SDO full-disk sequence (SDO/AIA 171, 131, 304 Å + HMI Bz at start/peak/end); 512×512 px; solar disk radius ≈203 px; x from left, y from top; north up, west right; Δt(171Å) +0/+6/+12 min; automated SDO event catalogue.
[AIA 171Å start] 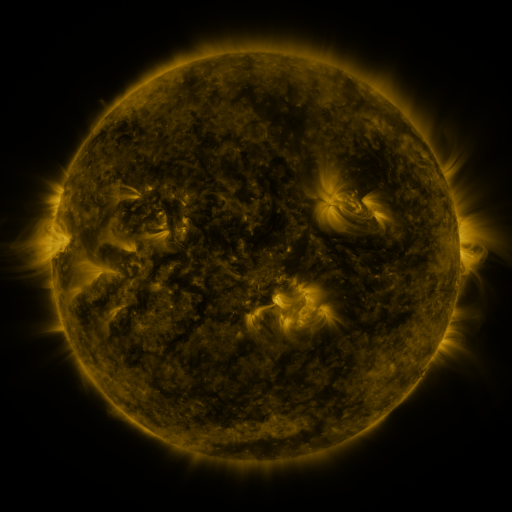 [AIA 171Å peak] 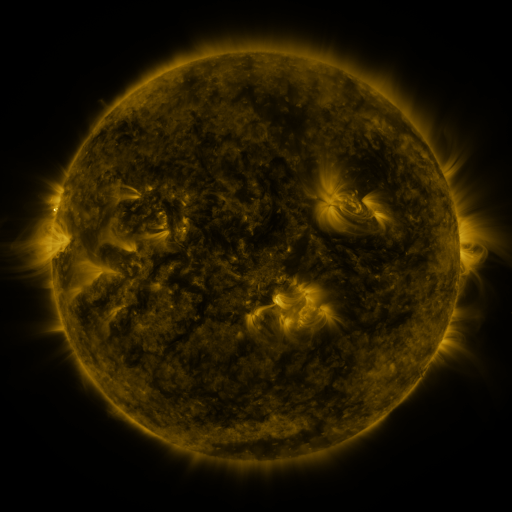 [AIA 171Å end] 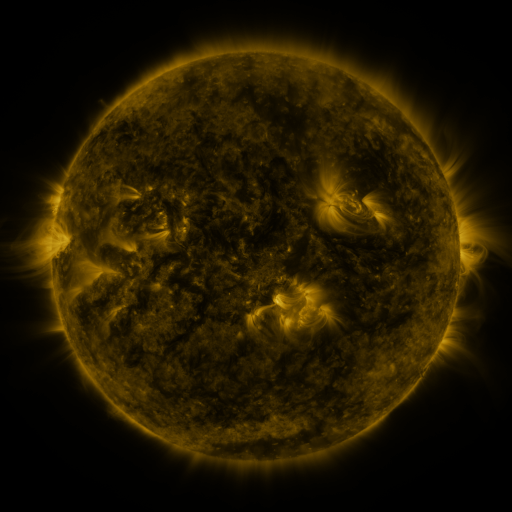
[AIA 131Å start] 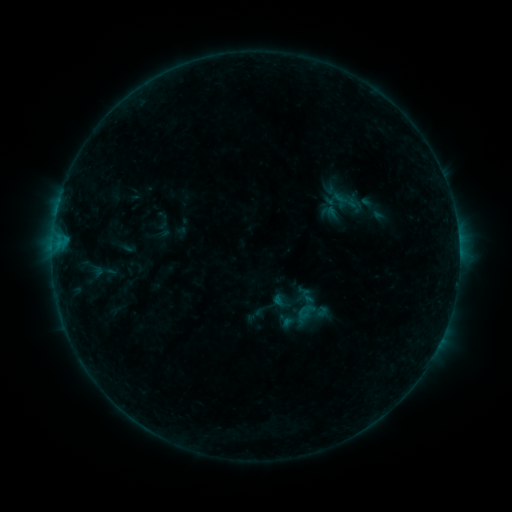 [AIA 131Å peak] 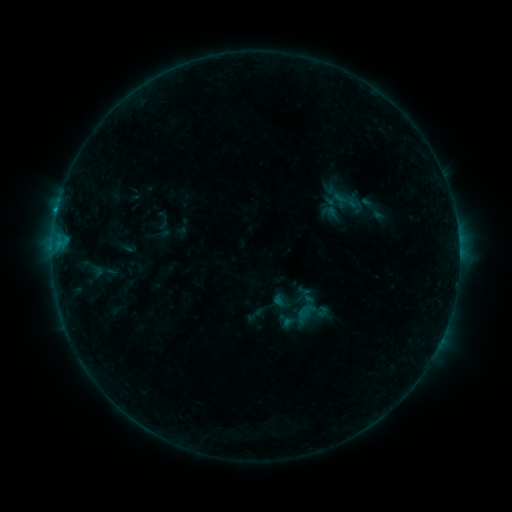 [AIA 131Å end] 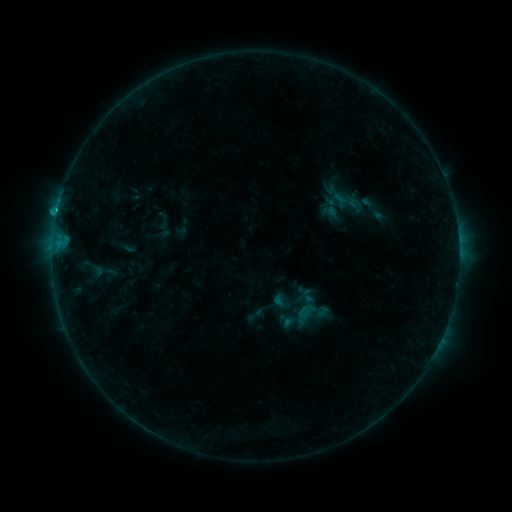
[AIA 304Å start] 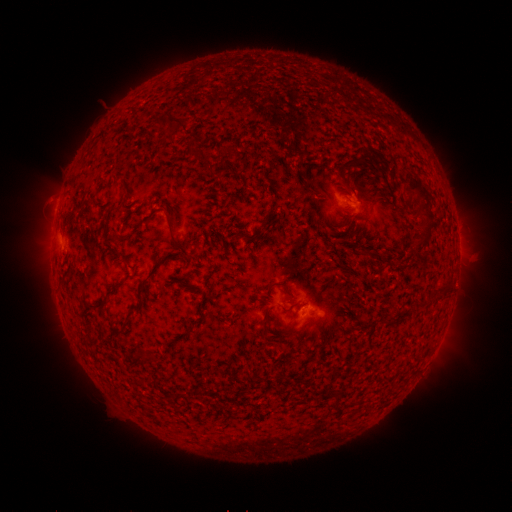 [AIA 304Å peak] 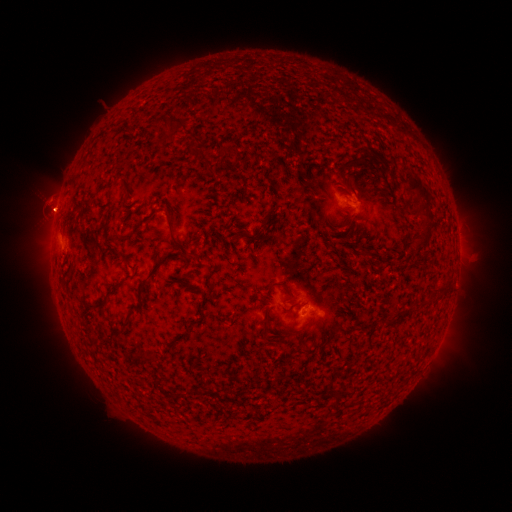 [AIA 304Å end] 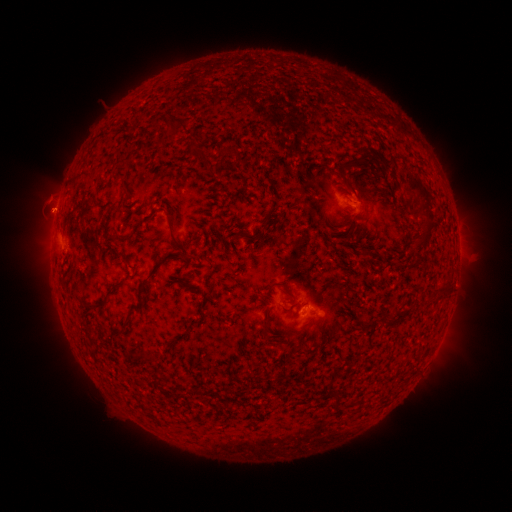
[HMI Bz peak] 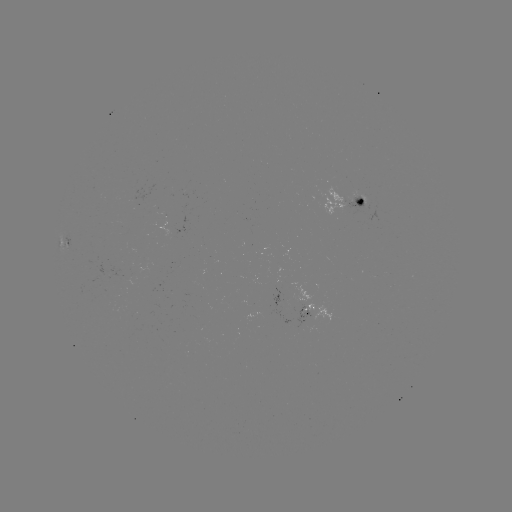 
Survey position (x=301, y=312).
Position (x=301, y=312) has C1.6 flare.